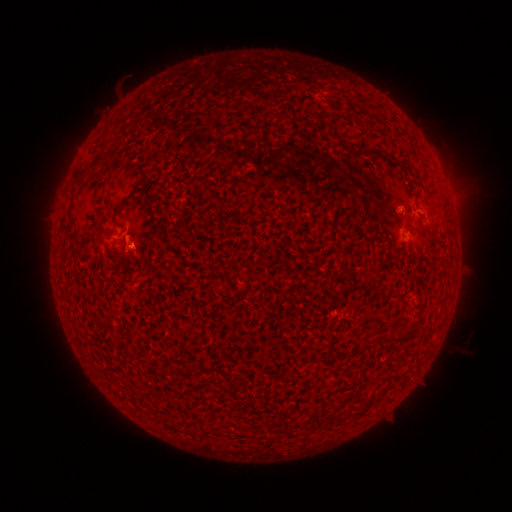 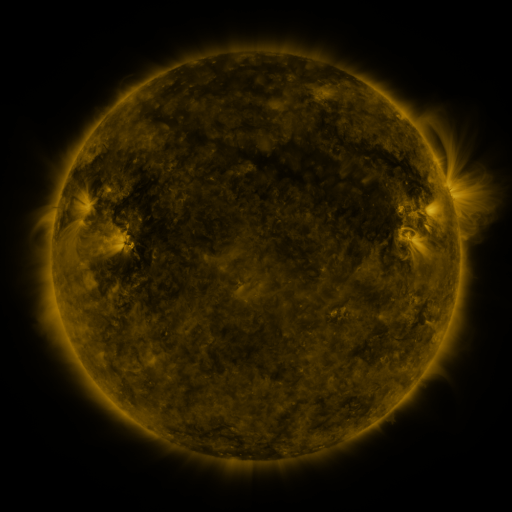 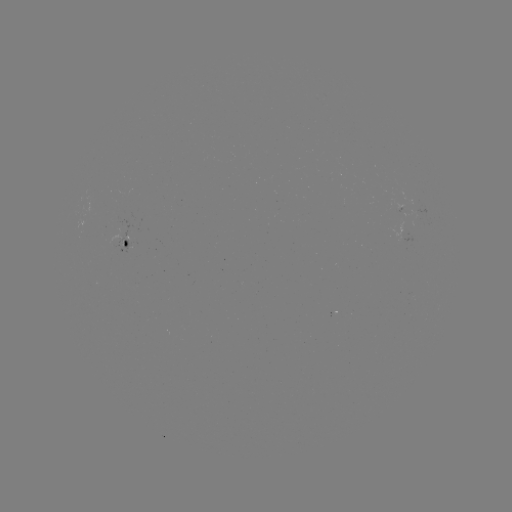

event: spotted active region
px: (129, 244)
